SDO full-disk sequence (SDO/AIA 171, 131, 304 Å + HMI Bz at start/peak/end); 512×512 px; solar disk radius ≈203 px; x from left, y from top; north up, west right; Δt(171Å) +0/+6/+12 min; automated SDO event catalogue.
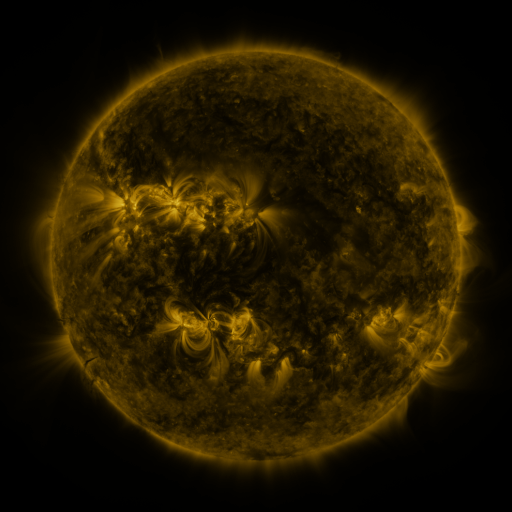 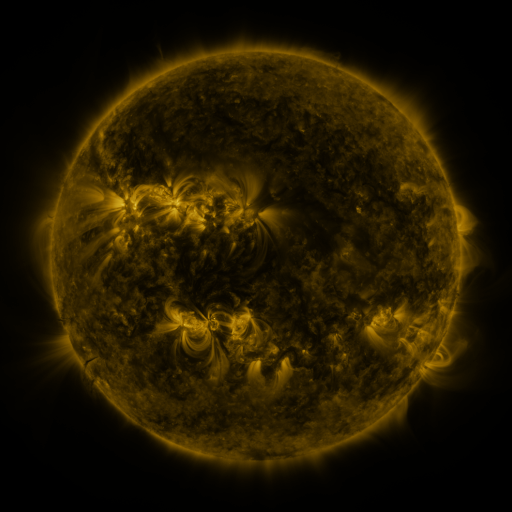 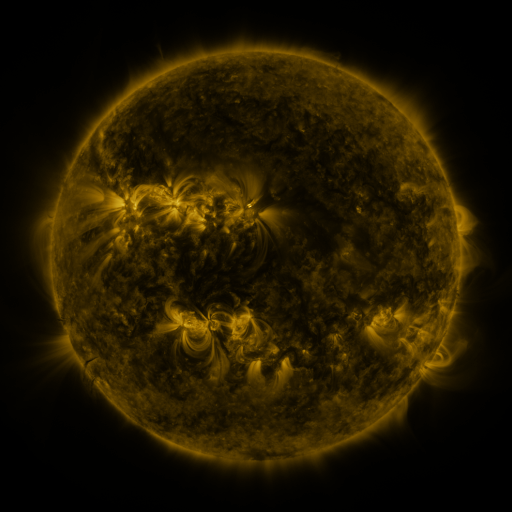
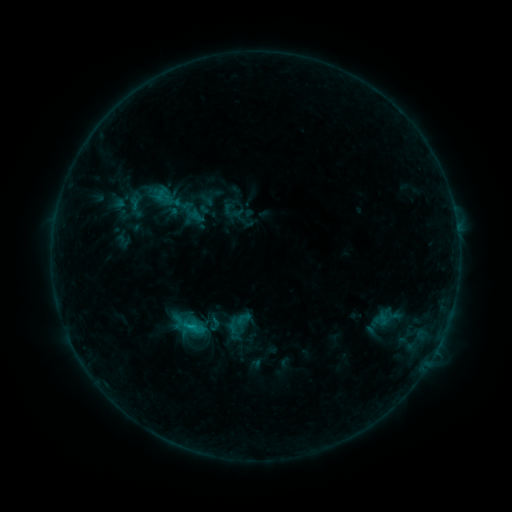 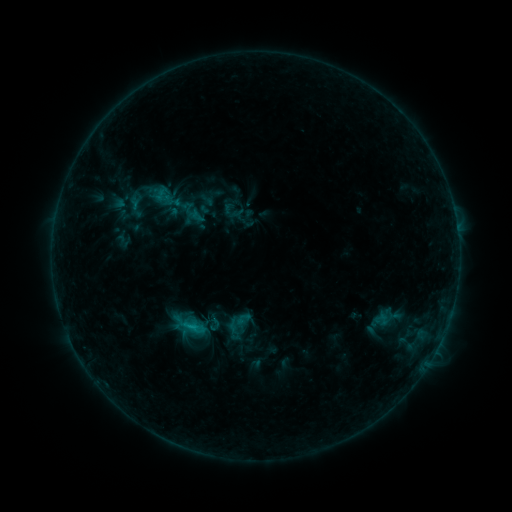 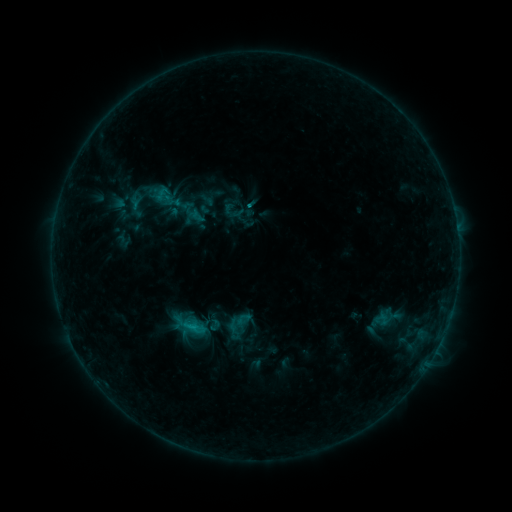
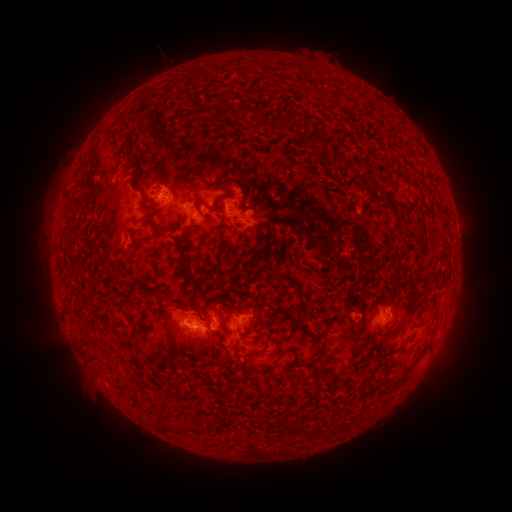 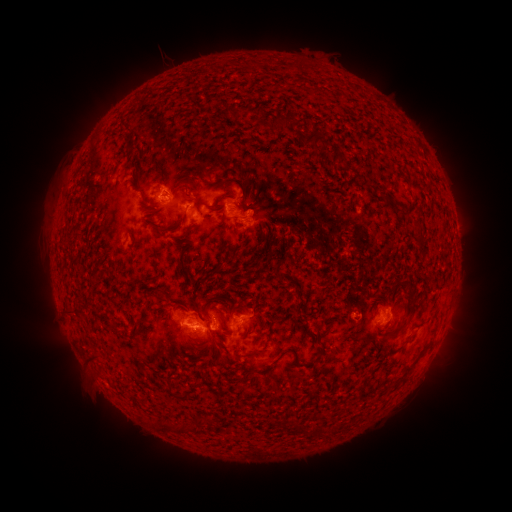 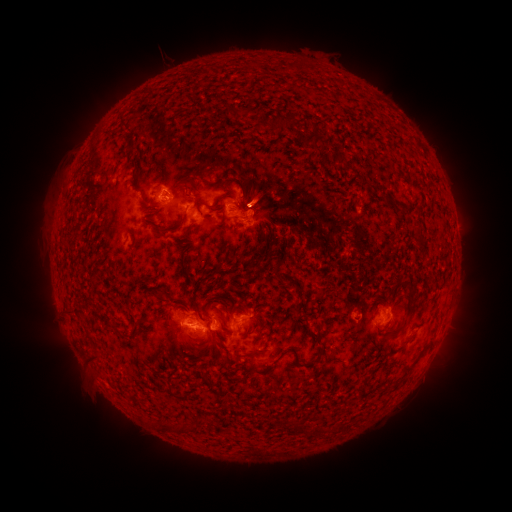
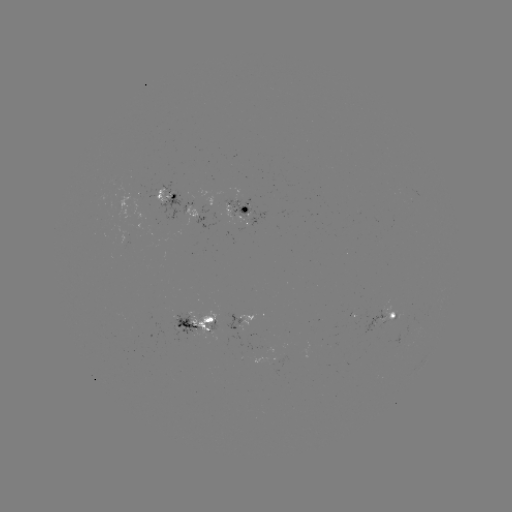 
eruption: (227, 166, 284, 223)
